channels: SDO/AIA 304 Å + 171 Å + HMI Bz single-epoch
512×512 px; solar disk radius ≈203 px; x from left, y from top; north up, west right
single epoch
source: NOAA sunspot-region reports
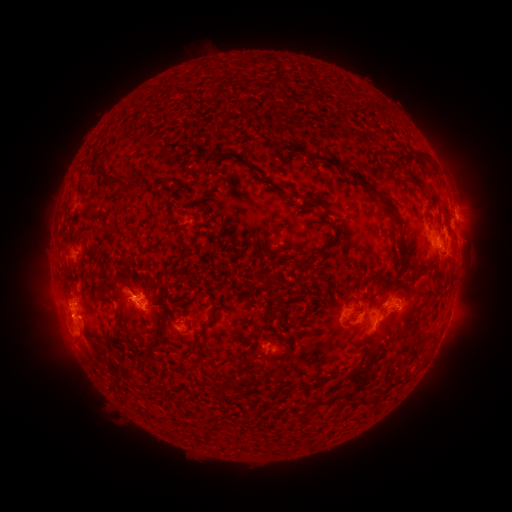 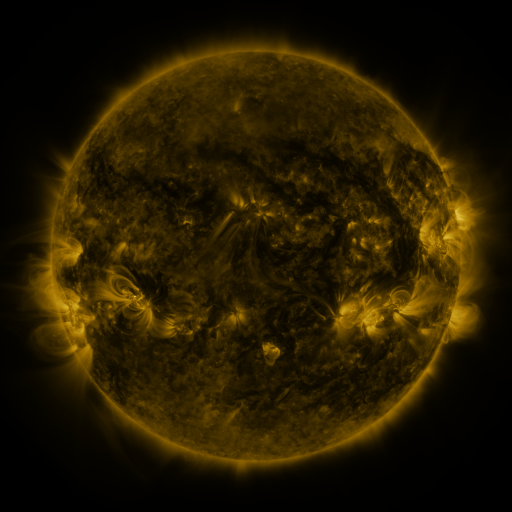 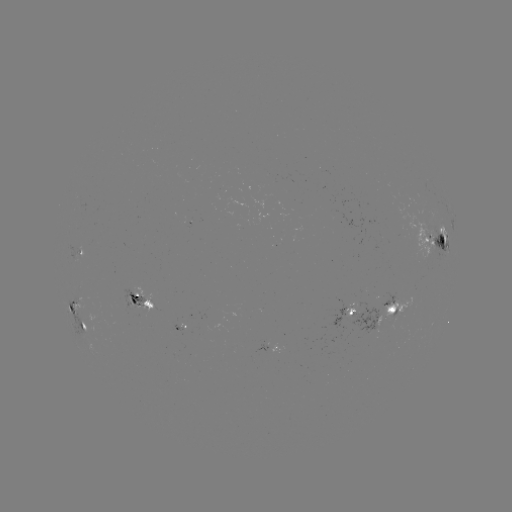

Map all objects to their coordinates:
spotted active region: (453, 210)
spotted active region: (437, 238)
spotted active region: (81, 250)
spotted active region: (143, 298)
spotted active region: (72, 307)
spotted active region: (391, 310)
spotted active region: (349, 312)
spotted active region: (83, 325)
spotted active region: (272, 347)
